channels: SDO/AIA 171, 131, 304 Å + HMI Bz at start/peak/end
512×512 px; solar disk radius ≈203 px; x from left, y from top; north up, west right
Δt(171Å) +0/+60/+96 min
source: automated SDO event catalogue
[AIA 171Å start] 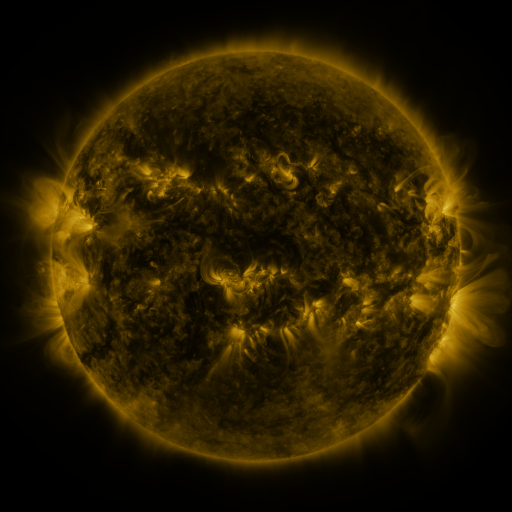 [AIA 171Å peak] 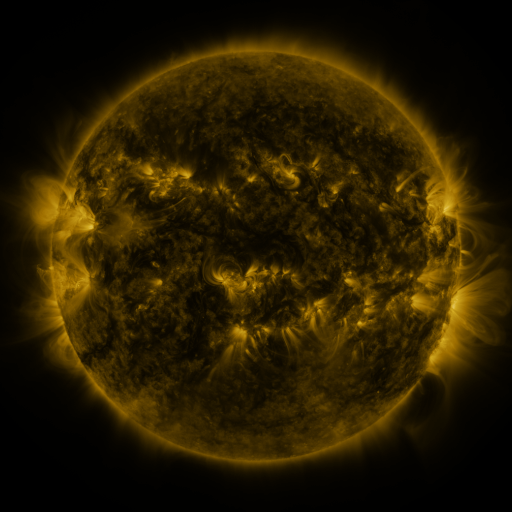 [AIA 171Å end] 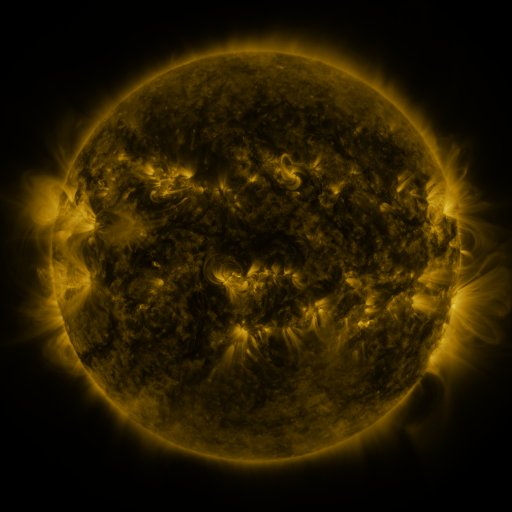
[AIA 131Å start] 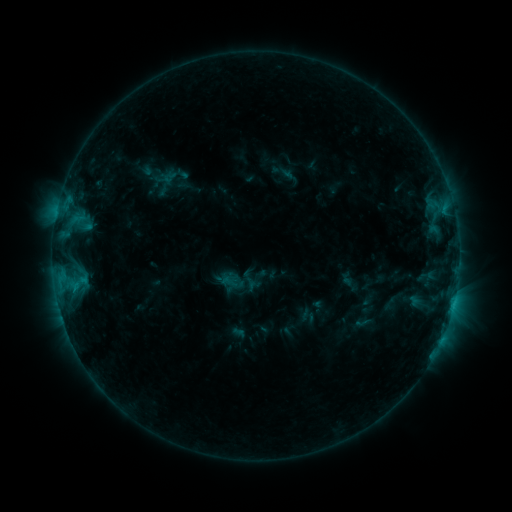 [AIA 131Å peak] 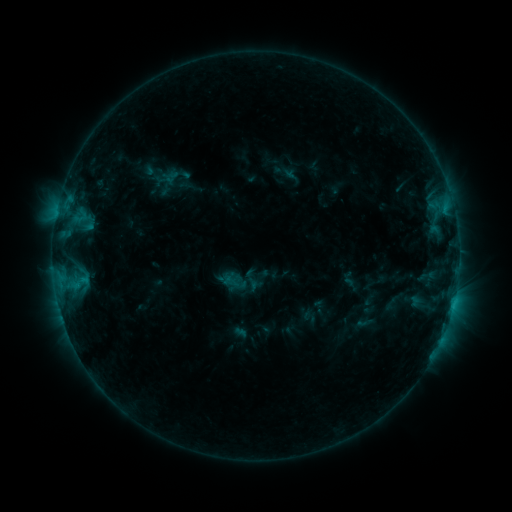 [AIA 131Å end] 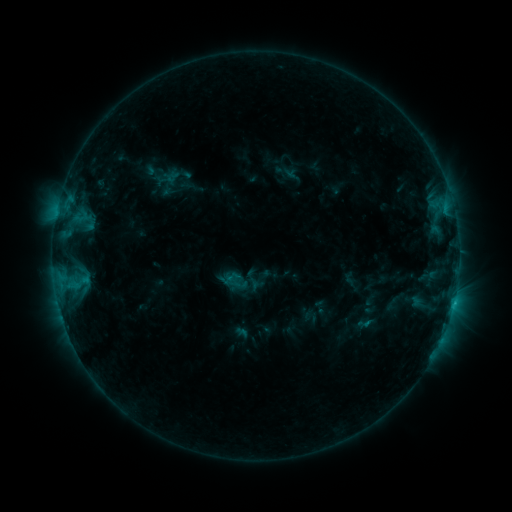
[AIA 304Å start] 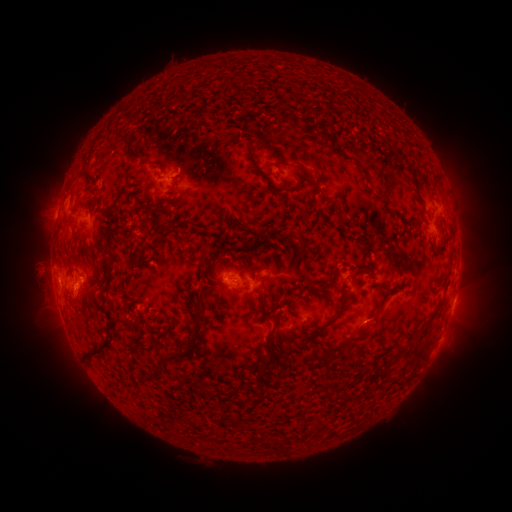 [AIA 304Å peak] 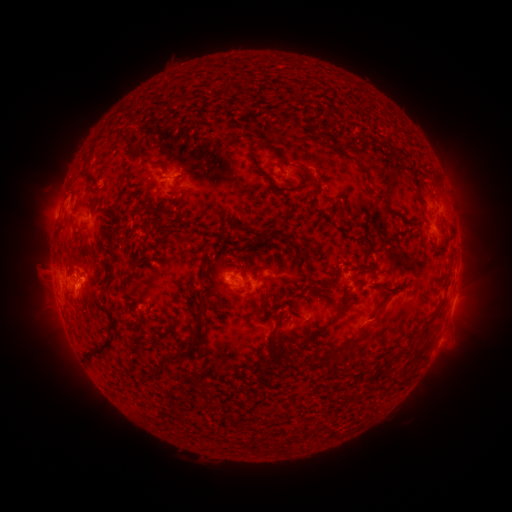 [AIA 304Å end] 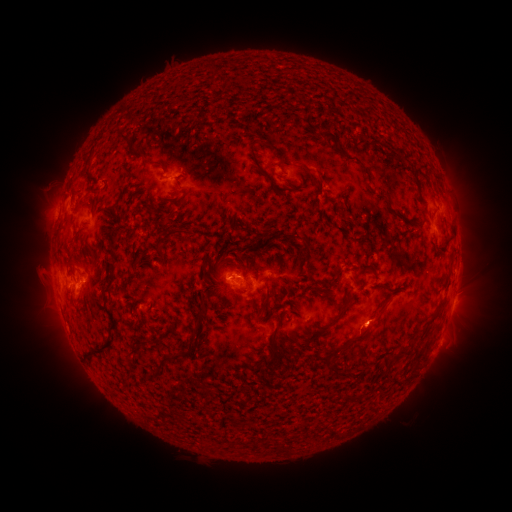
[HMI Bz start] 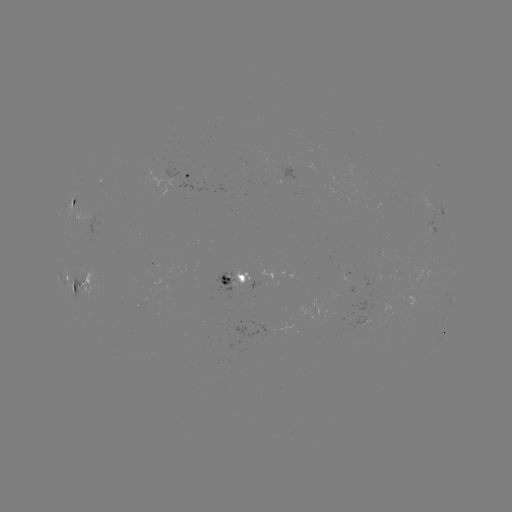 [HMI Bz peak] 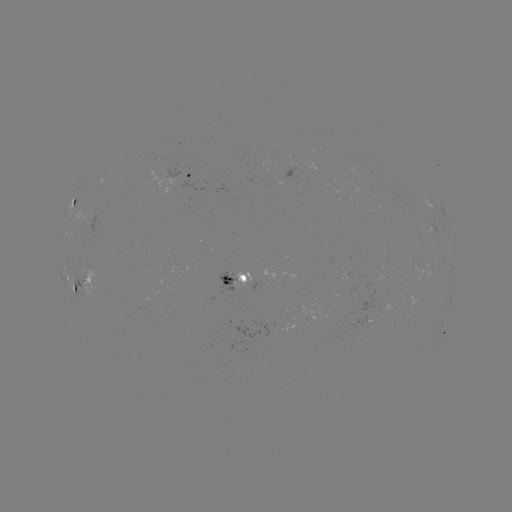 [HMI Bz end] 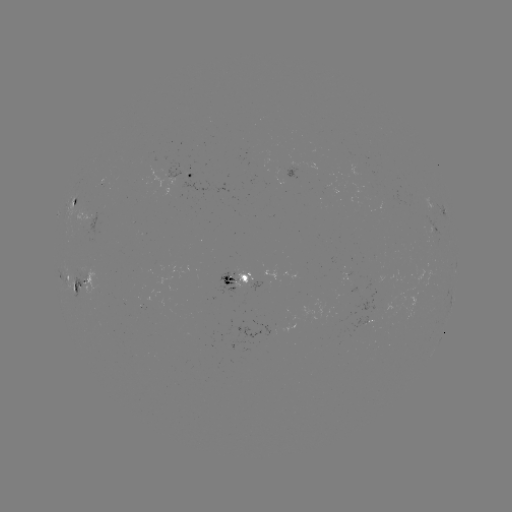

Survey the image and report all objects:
emerging-flux region: (283, 166)
